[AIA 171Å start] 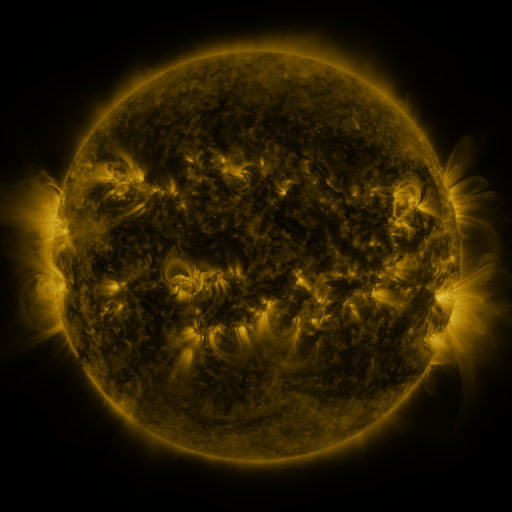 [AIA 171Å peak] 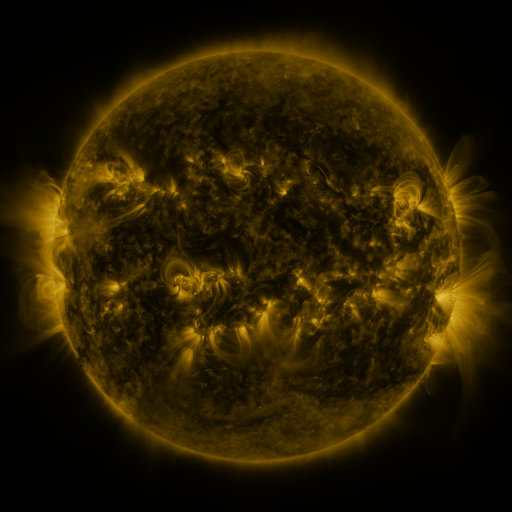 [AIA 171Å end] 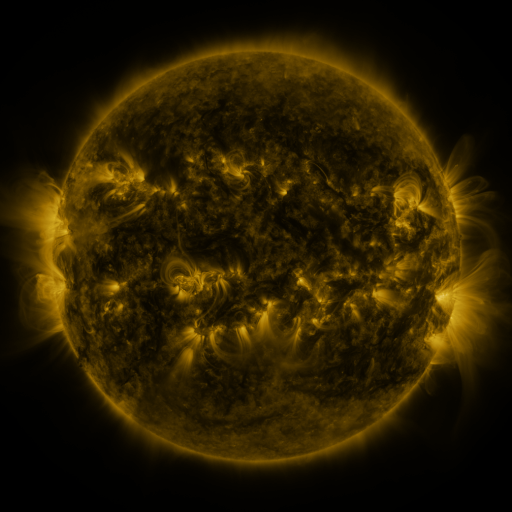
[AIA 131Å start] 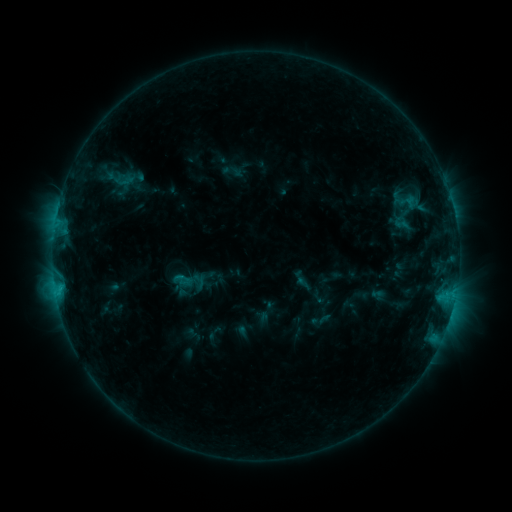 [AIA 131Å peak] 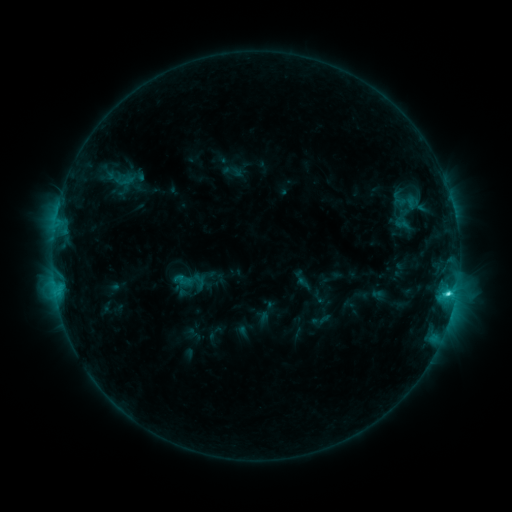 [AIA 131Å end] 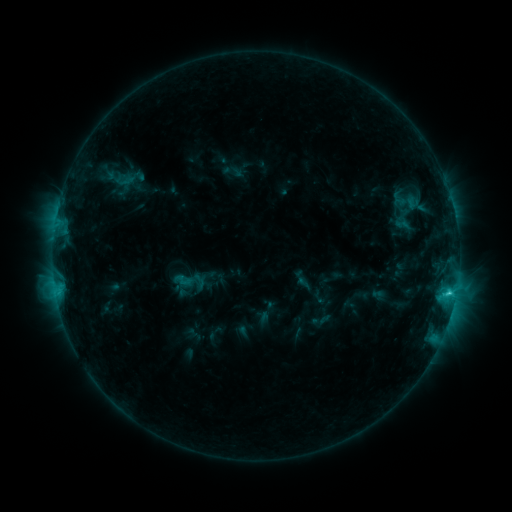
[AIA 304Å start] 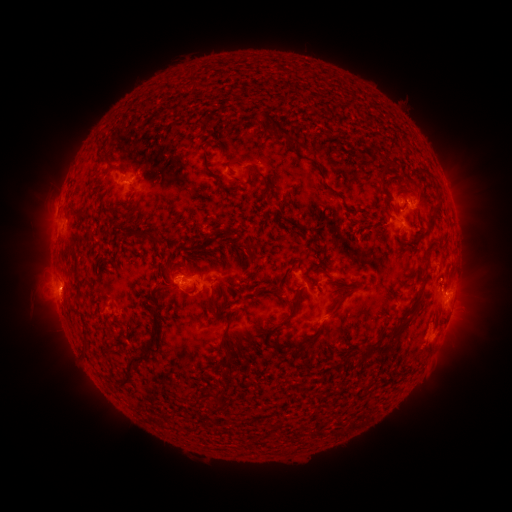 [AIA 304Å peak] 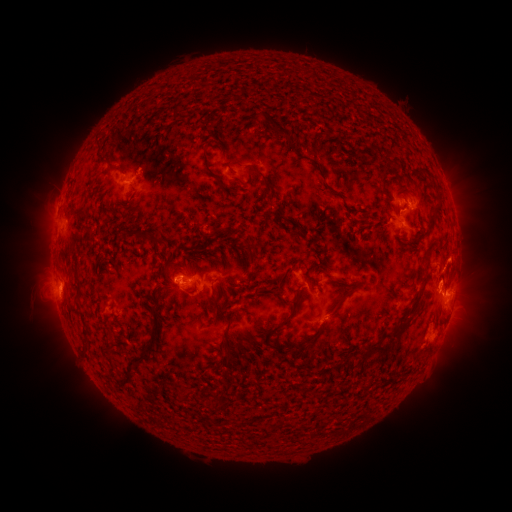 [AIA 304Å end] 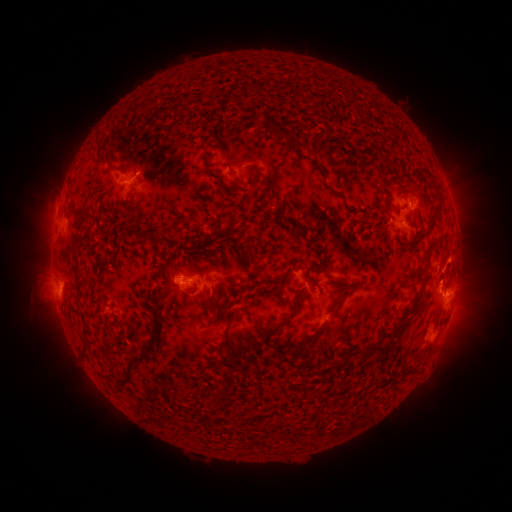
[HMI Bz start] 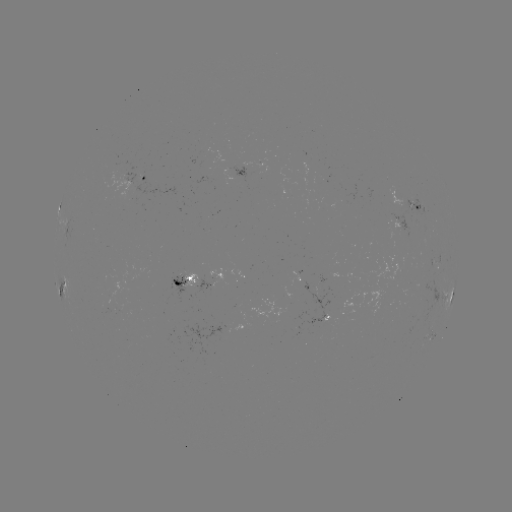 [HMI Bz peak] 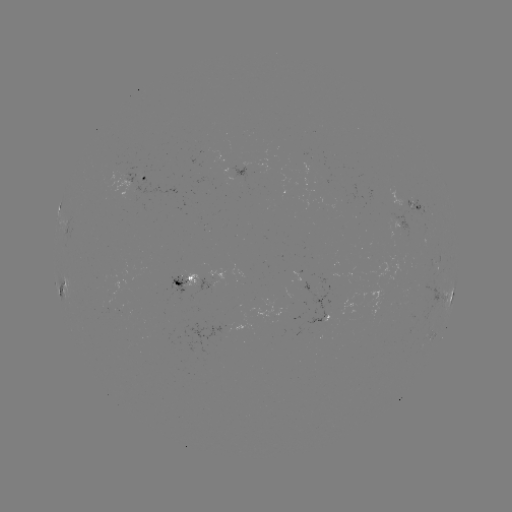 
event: flare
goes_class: C3.3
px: (447, 291)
